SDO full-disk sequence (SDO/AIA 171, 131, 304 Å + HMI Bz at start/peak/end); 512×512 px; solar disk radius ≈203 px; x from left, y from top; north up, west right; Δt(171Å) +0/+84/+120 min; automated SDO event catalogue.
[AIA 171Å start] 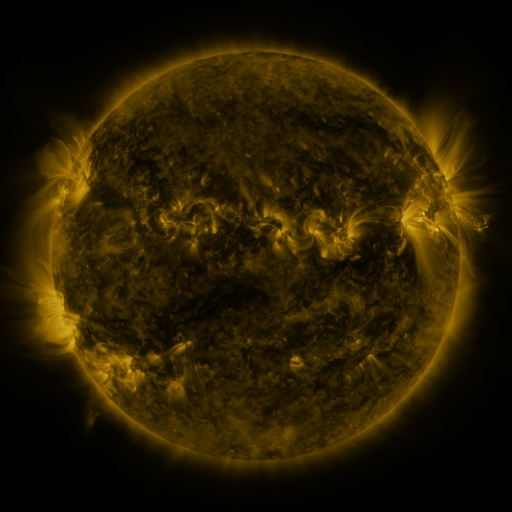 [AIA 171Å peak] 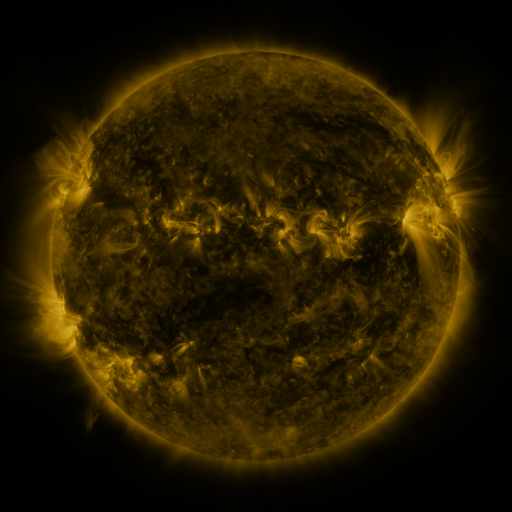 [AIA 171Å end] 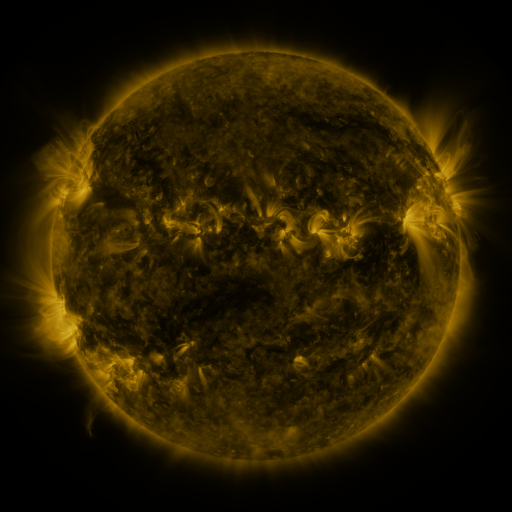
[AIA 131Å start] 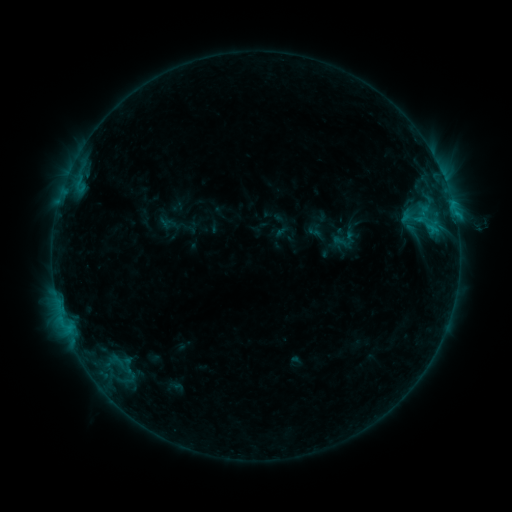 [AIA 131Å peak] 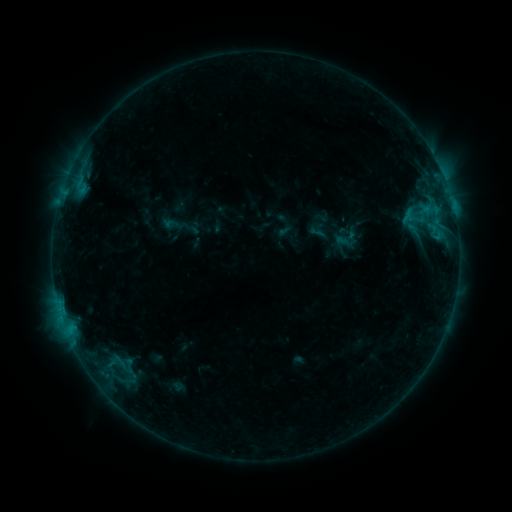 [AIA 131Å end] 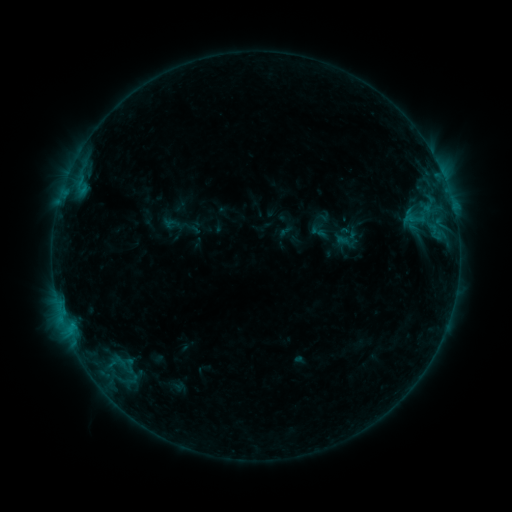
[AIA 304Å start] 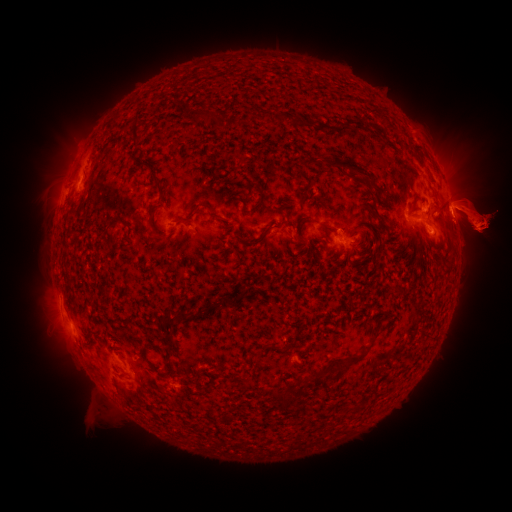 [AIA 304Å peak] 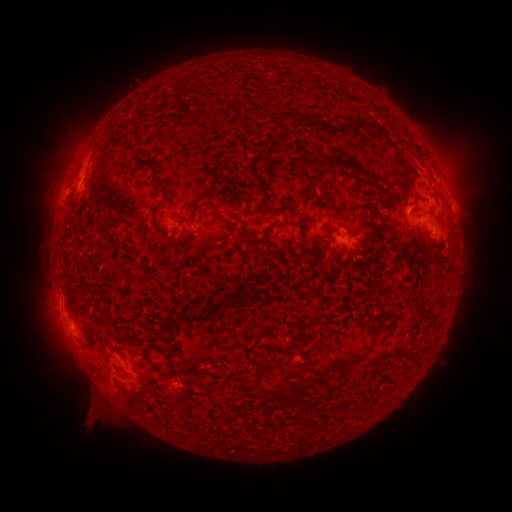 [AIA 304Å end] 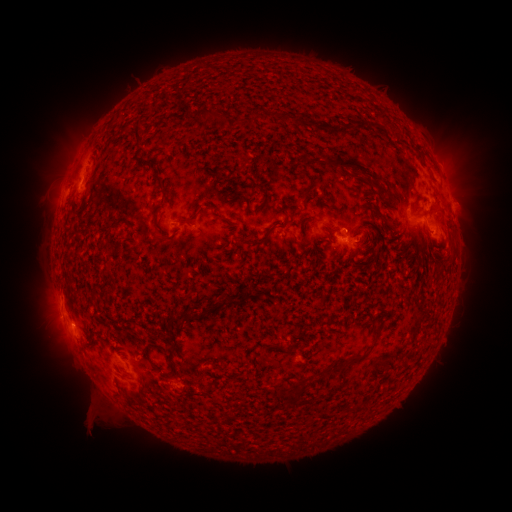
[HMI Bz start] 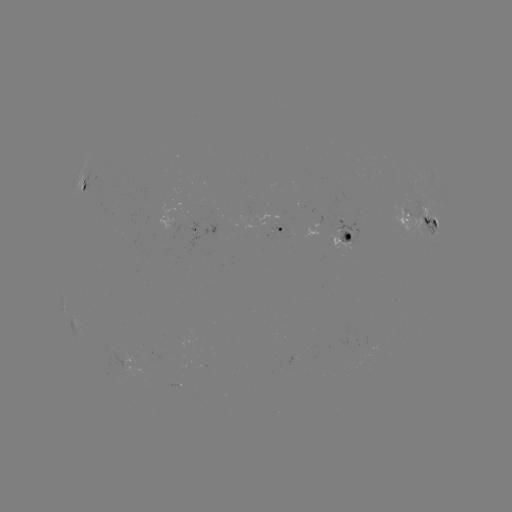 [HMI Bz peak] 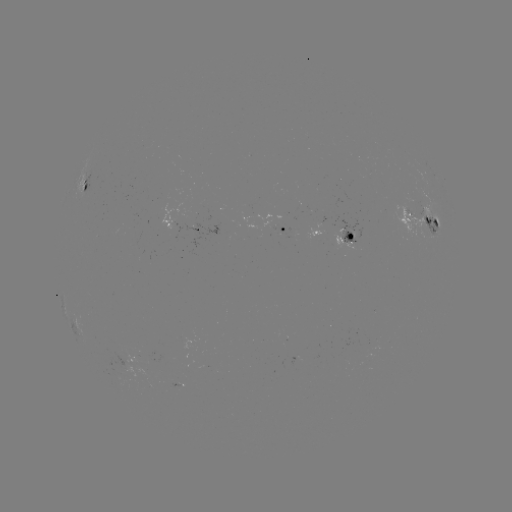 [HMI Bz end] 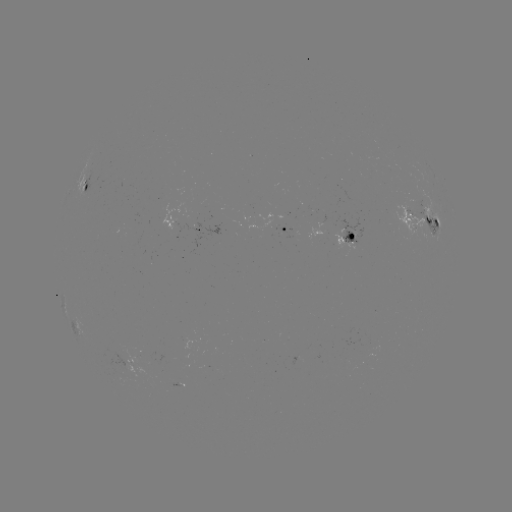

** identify emerging-flux region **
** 141,256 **